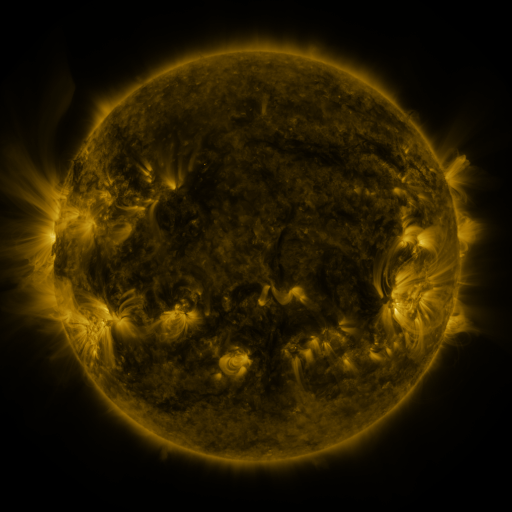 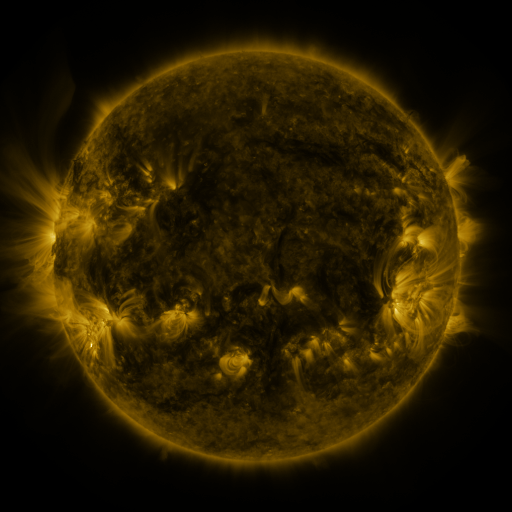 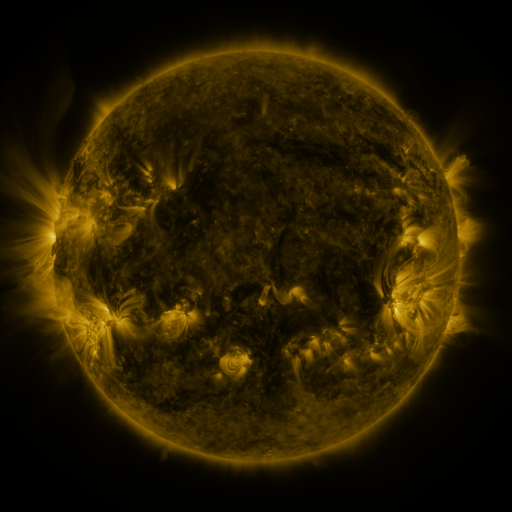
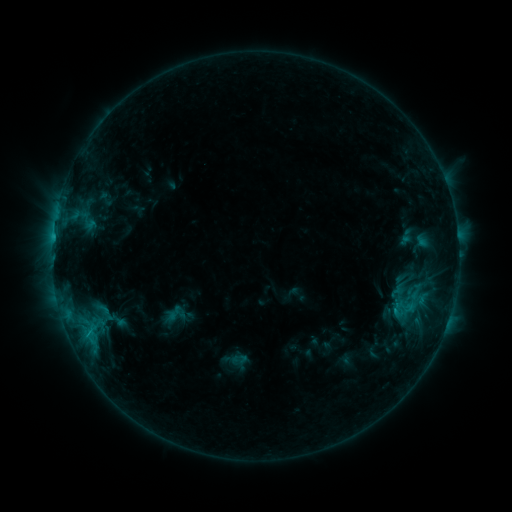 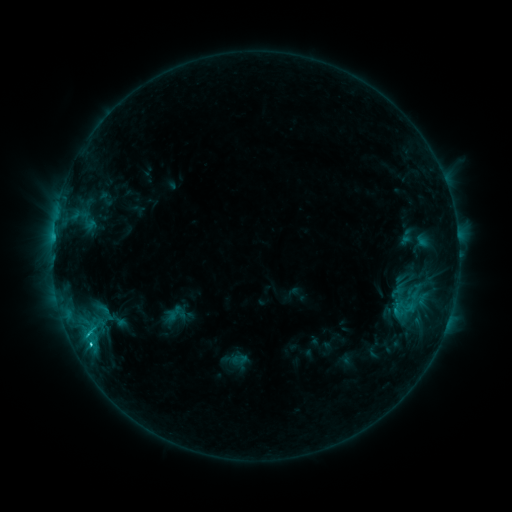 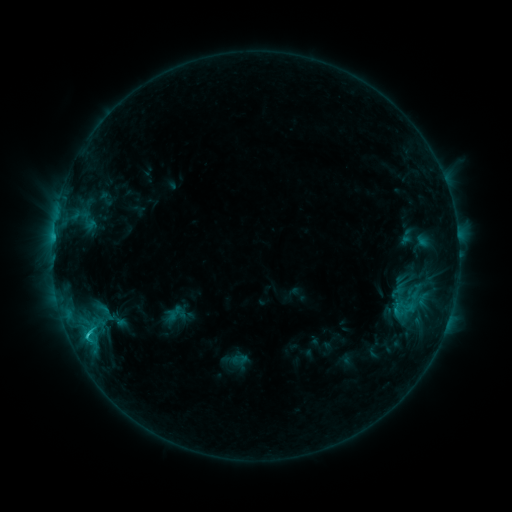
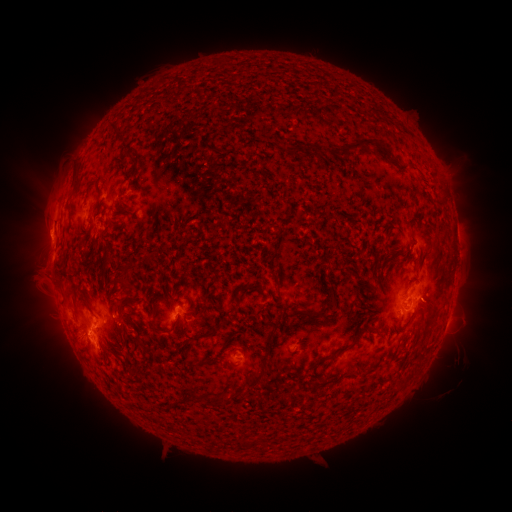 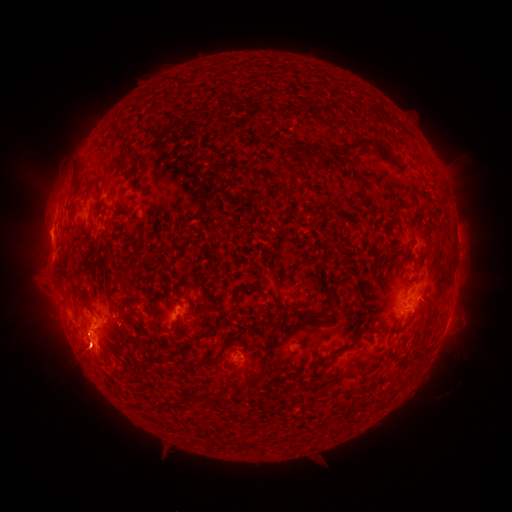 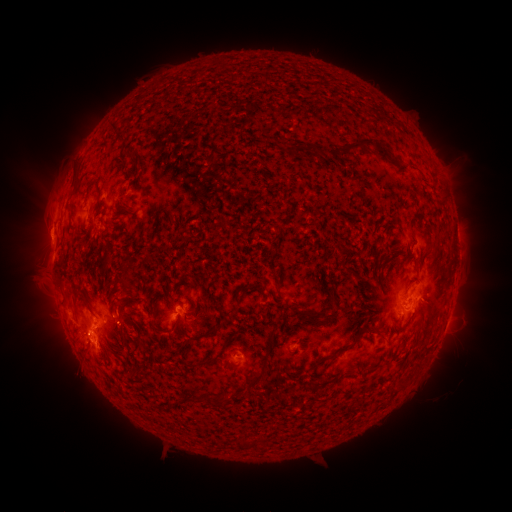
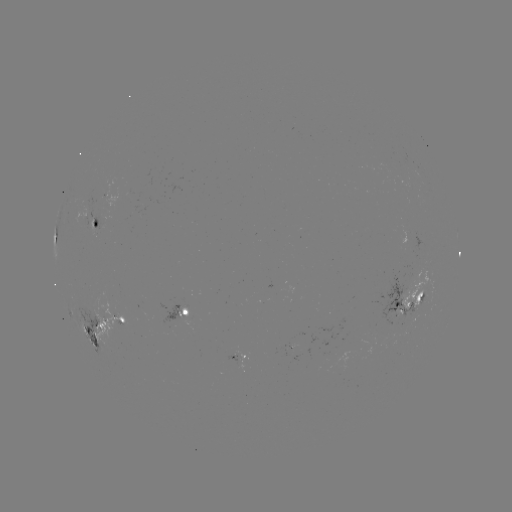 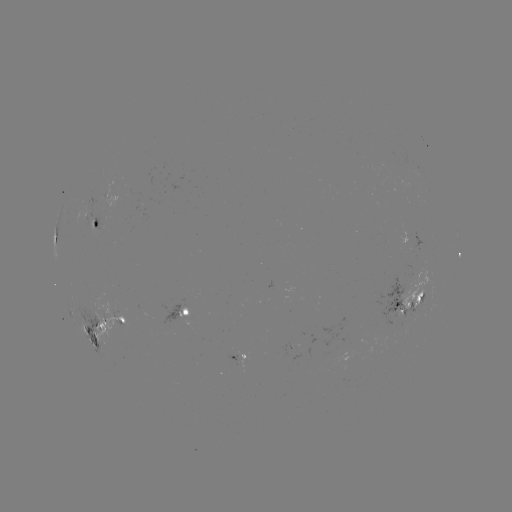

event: flare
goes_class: C2.0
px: (89, 333)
